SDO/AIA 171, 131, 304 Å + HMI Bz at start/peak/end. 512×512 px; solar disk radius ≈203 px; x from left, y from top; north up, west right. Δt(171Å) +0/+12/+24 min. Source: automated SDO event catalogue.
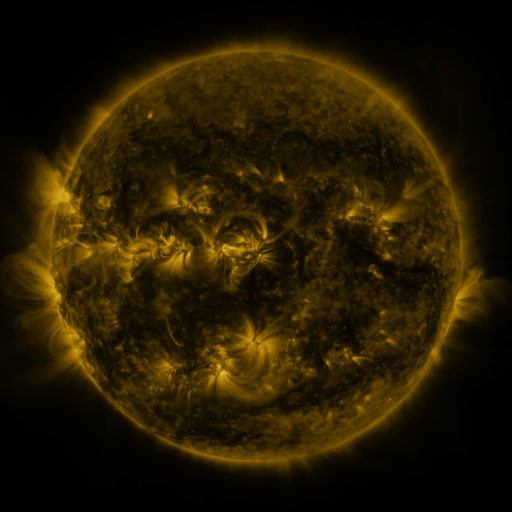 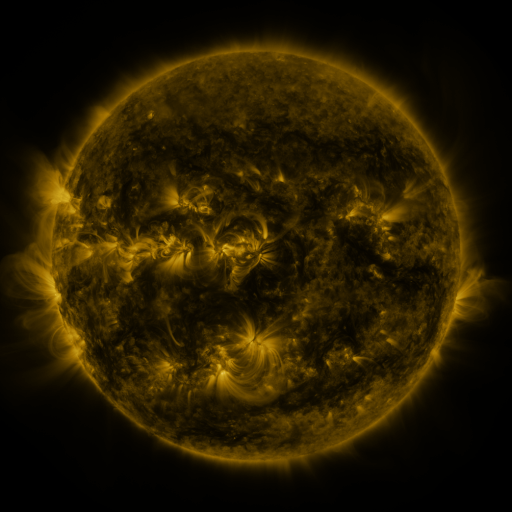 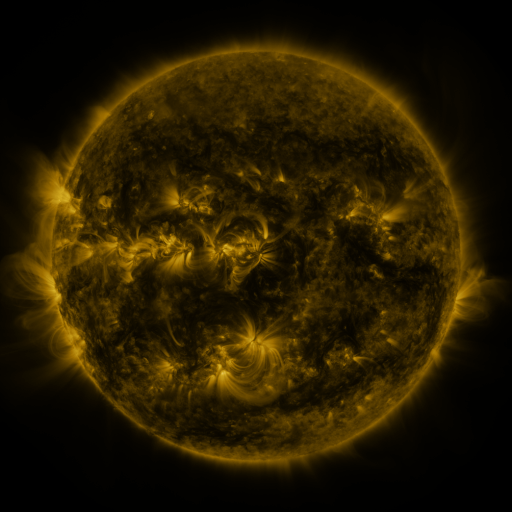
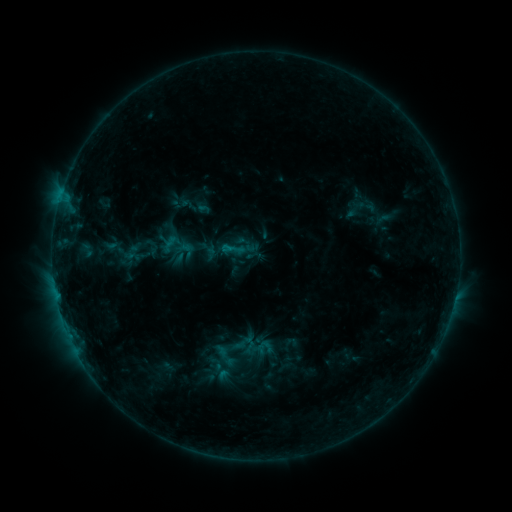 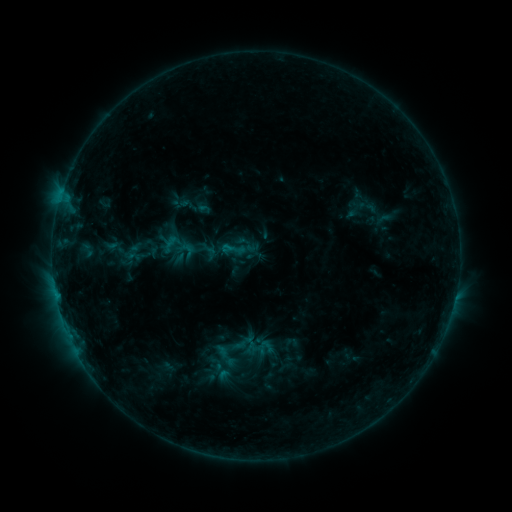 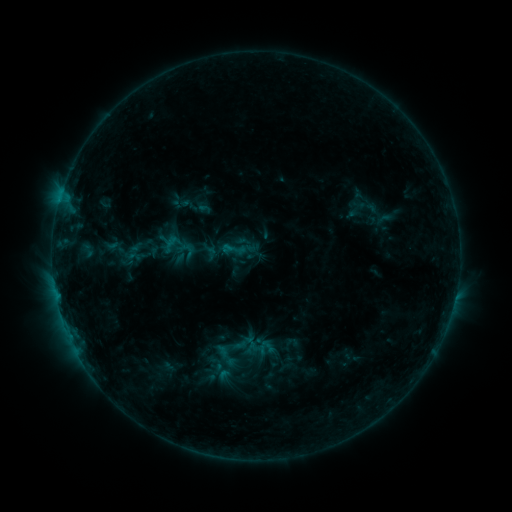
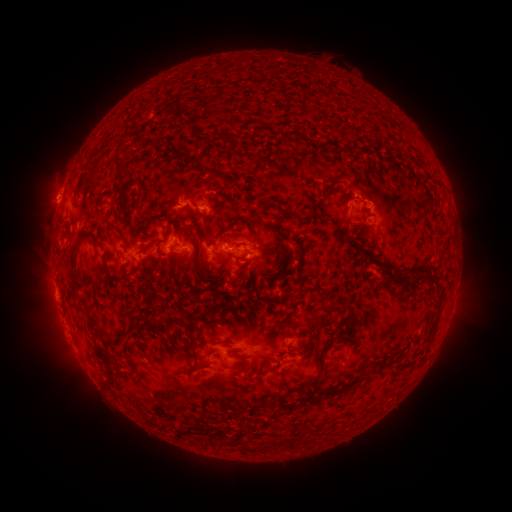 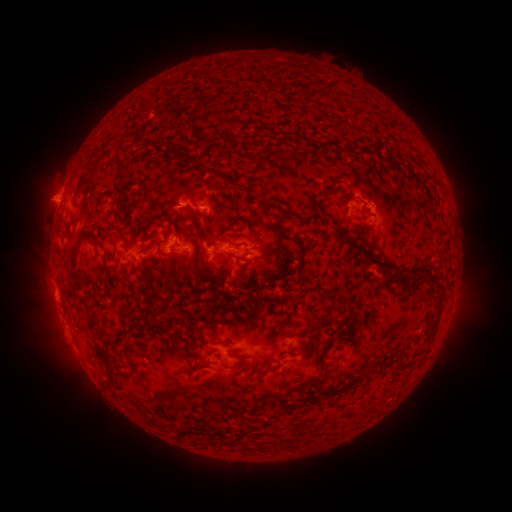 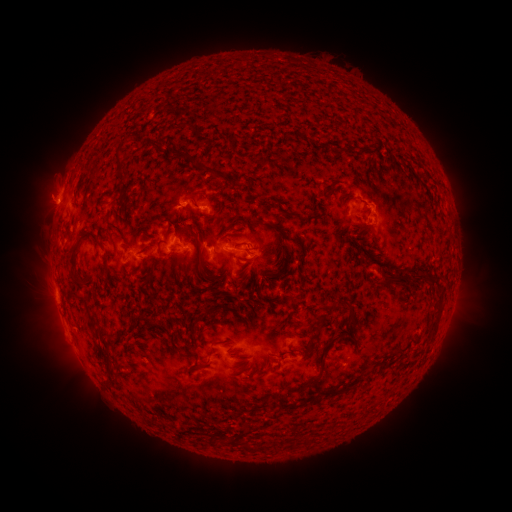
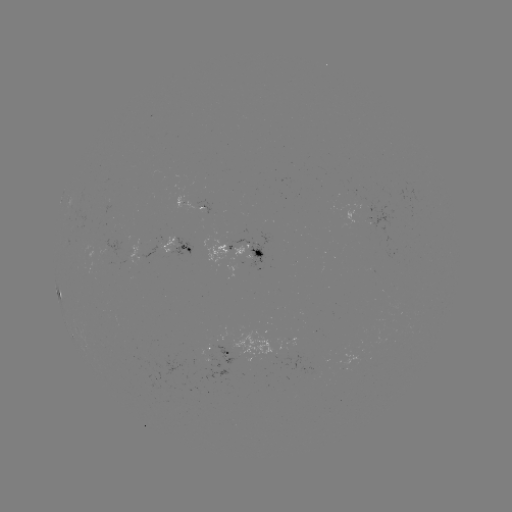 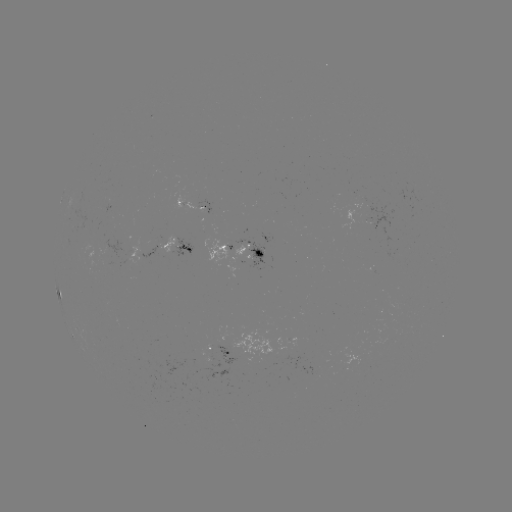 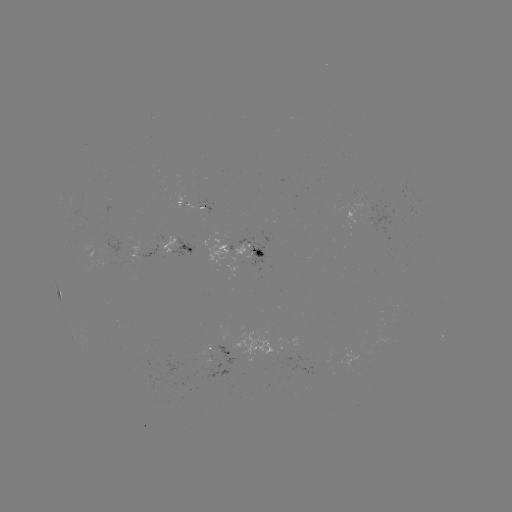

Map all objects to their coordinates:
eruption: (45, 196)
